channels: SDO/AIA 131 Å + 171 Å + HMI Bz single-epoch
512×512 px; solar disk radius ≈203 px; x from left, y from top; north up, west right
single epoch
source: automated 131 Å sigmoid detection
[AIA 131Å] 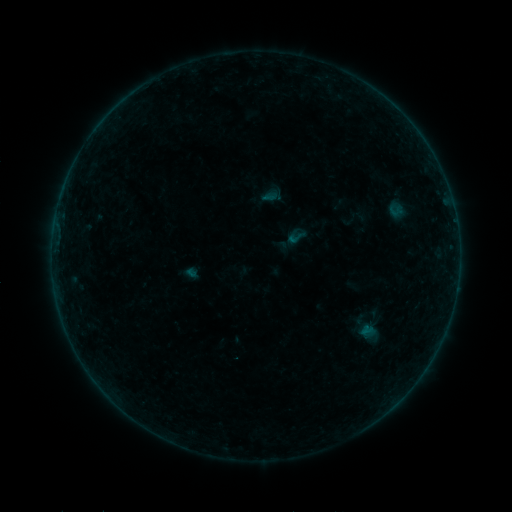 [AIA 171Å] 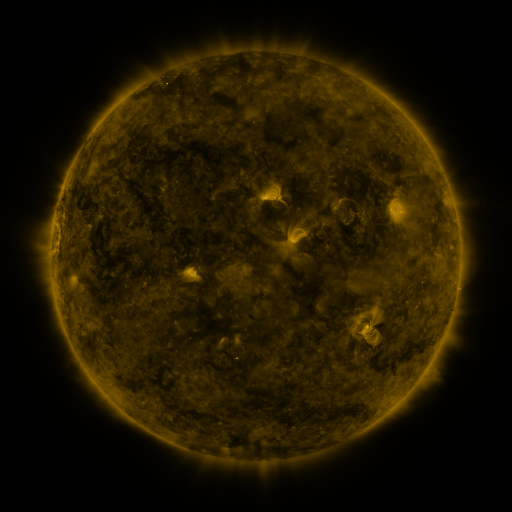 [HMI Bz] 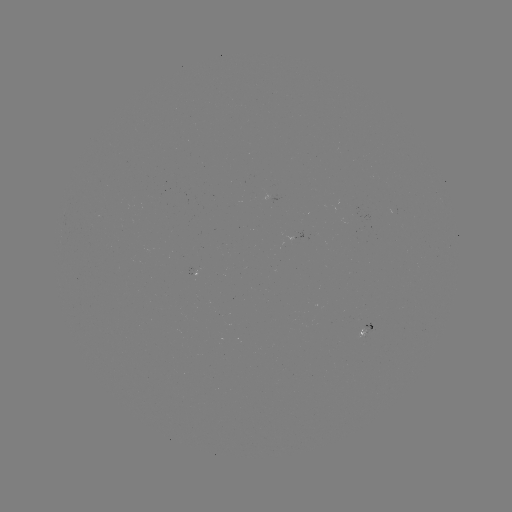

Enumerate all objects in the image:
sigmoid: (272, 195)
sigmoid: (298, 237)
